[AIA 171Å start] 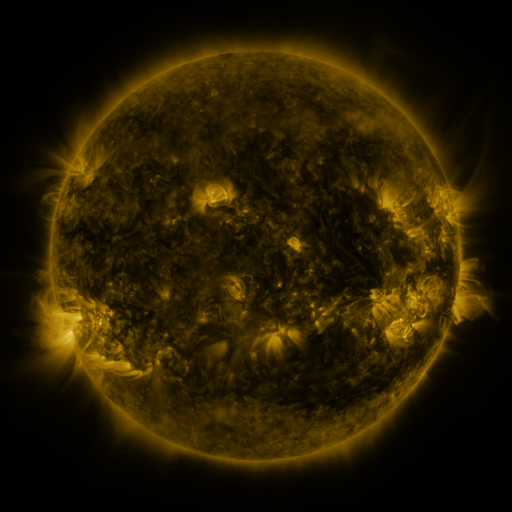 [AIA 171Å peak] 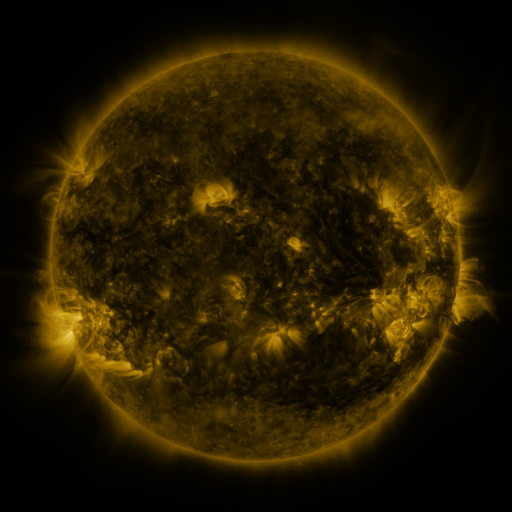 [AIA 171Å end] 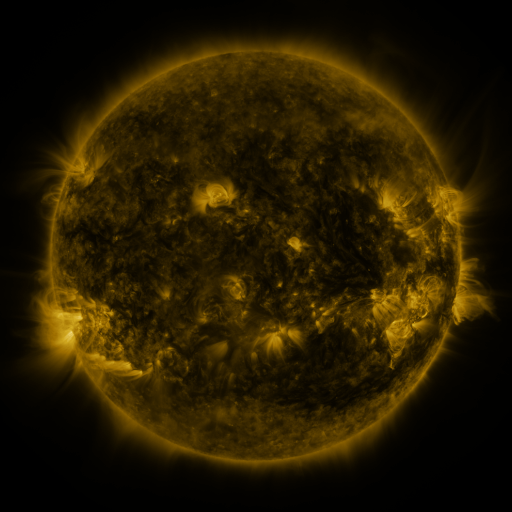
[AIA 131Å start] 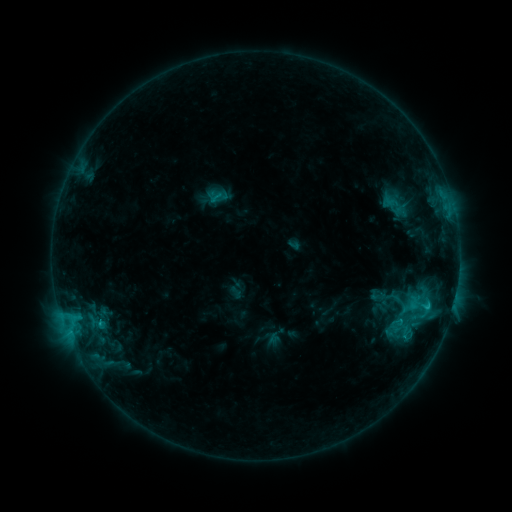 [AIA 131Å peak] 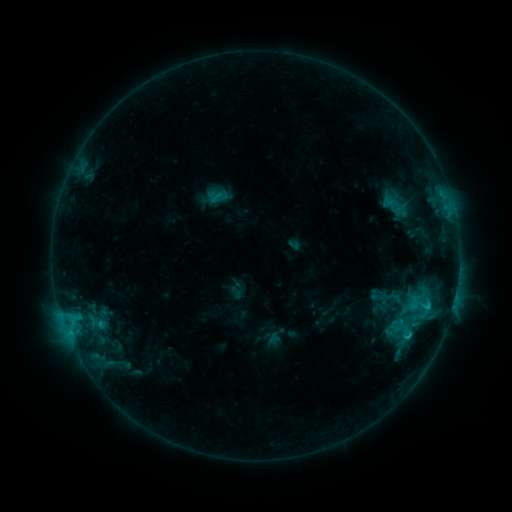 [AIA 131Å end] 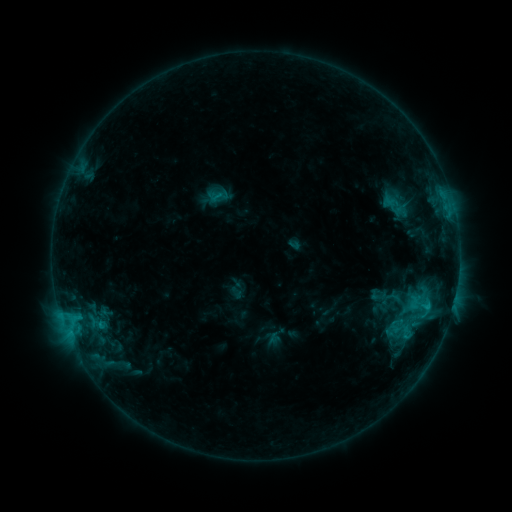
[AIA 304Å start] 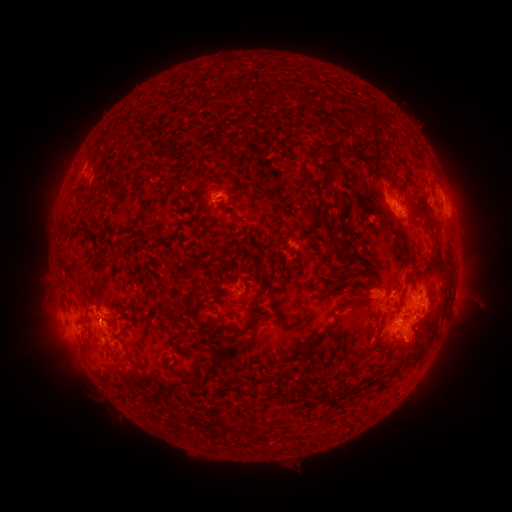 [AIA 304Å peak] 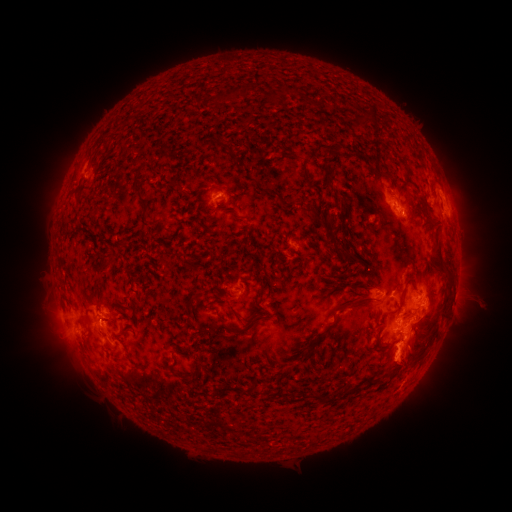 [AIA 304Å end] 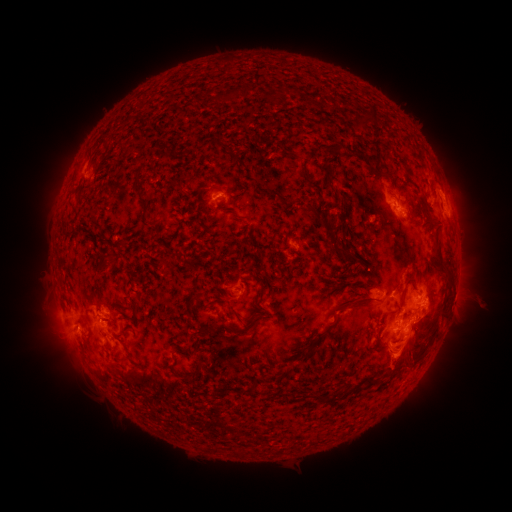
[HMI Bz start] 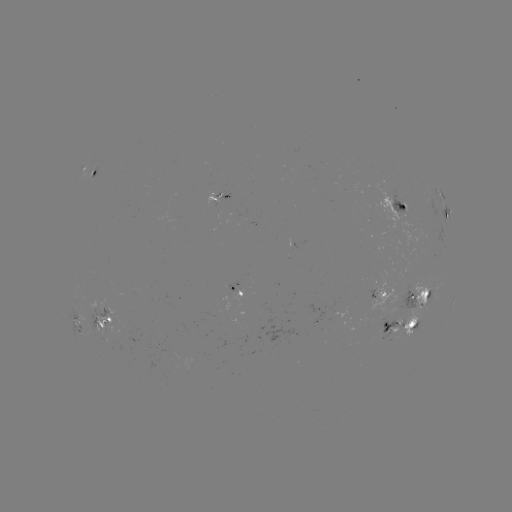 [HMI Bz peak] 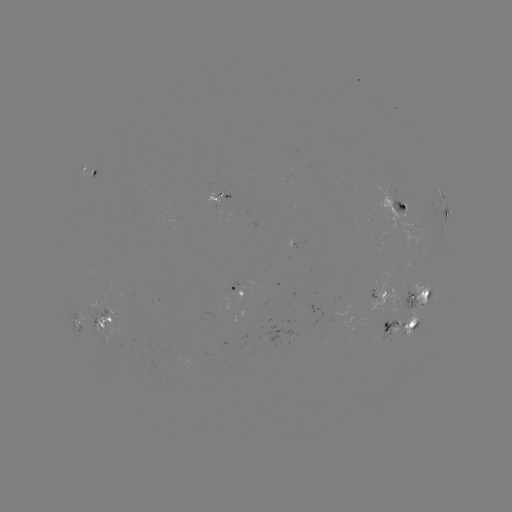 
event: eruption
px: (402, 358)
